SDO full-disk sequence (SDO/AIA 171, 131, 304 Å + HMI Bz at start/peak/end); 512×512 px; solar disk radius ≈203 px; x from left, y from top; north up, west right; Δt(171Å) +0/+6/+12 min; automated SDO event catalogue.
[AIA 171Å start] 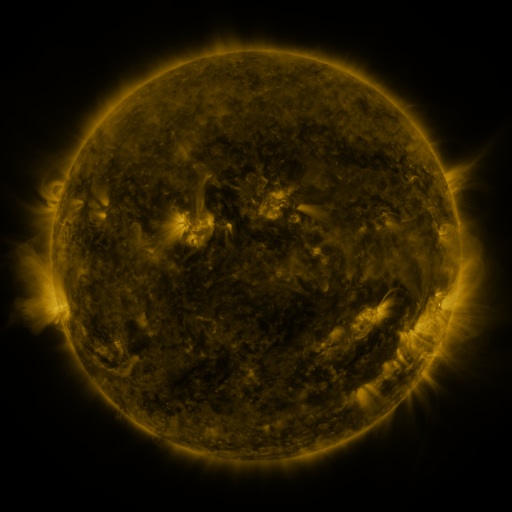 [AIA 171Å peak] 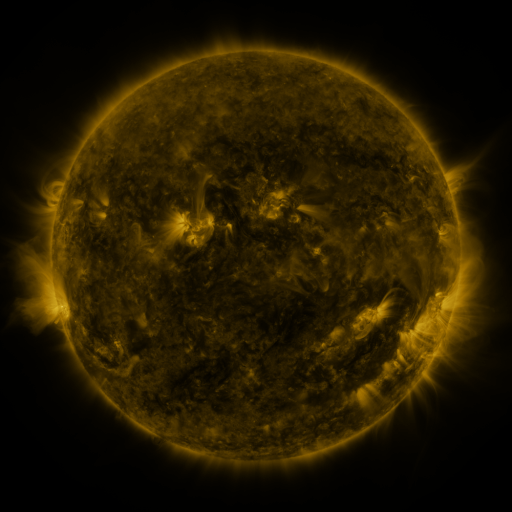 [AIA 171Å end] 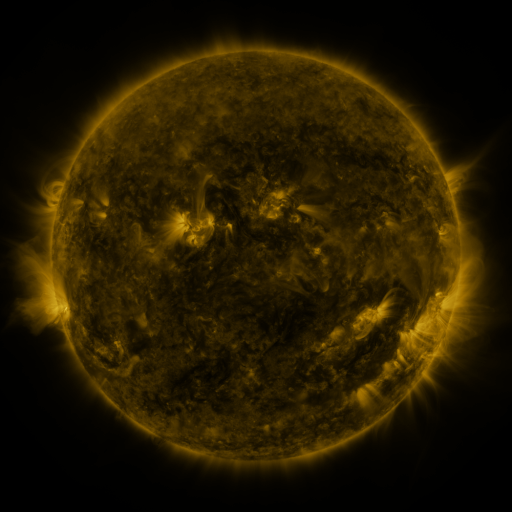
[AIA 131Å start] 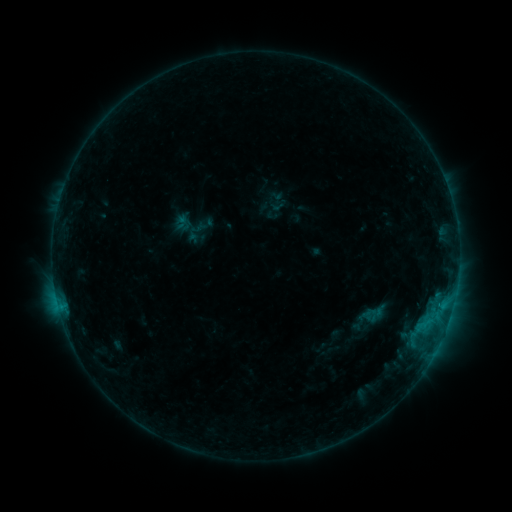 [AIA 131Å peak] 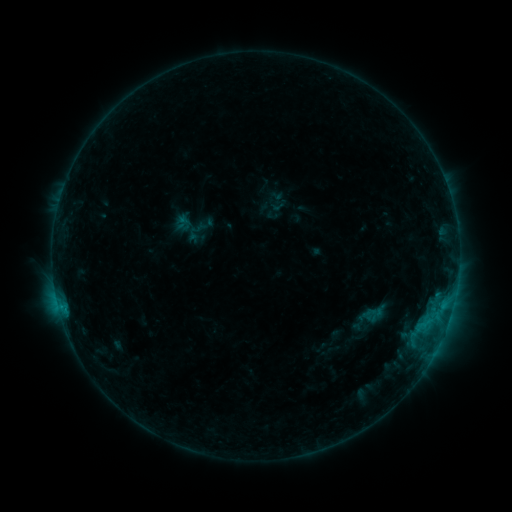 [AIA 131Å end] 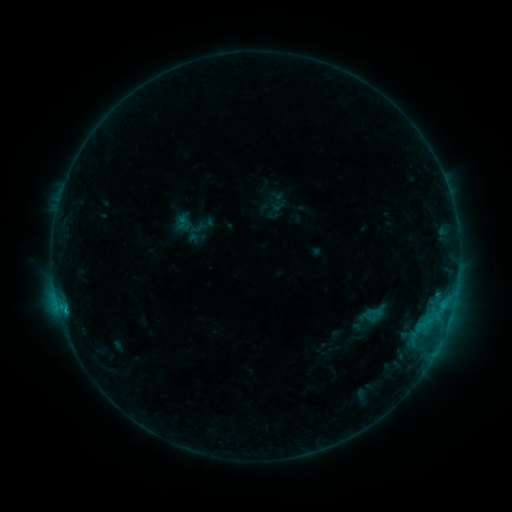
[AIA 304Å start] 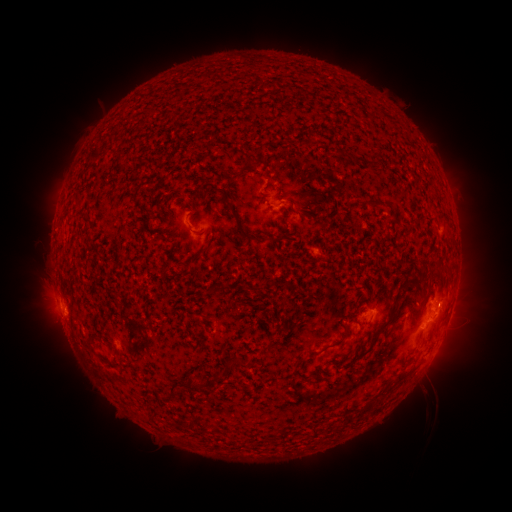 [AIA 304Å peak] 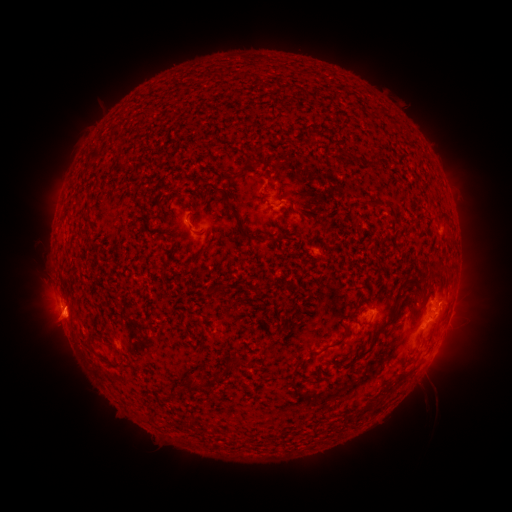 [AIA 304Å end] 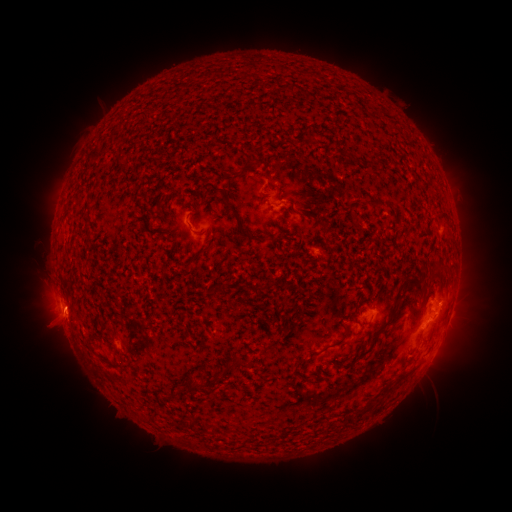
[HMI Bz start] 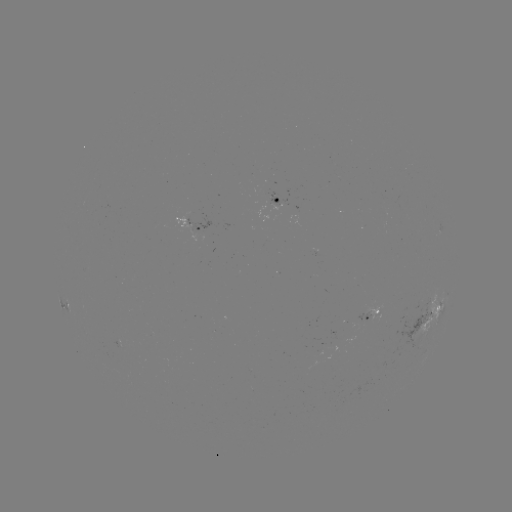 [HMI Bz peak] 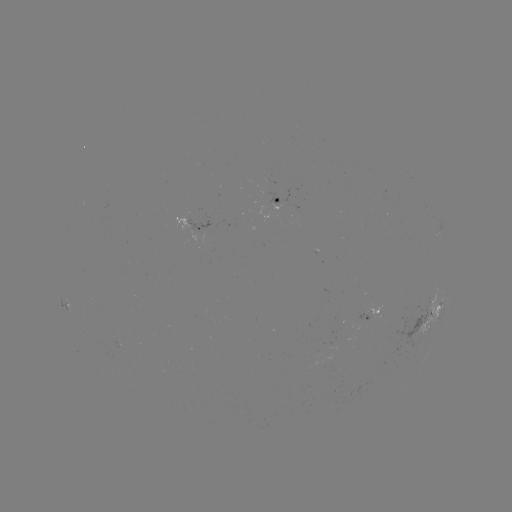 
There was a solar eruption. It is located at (58, 325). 